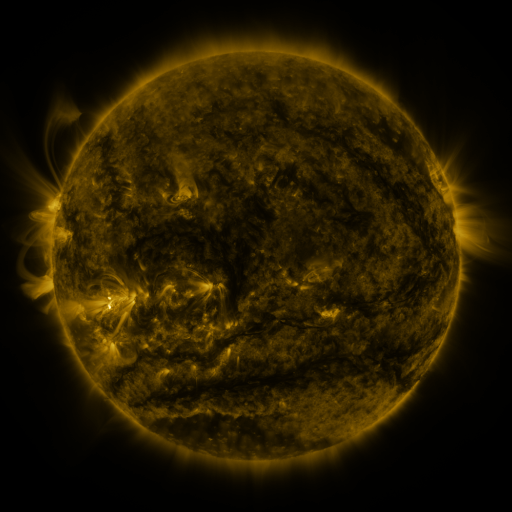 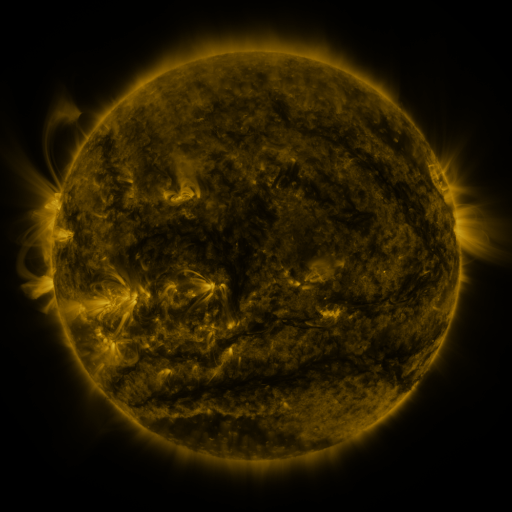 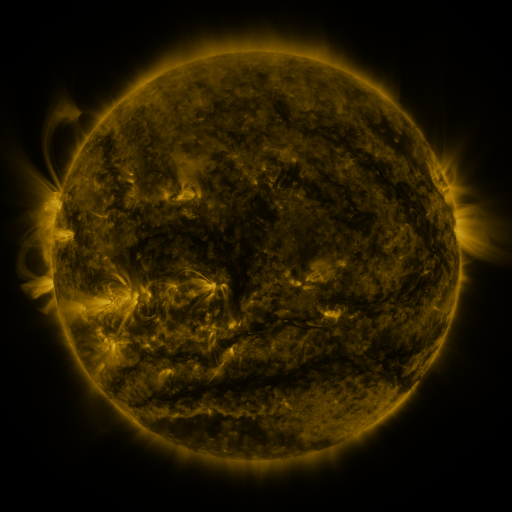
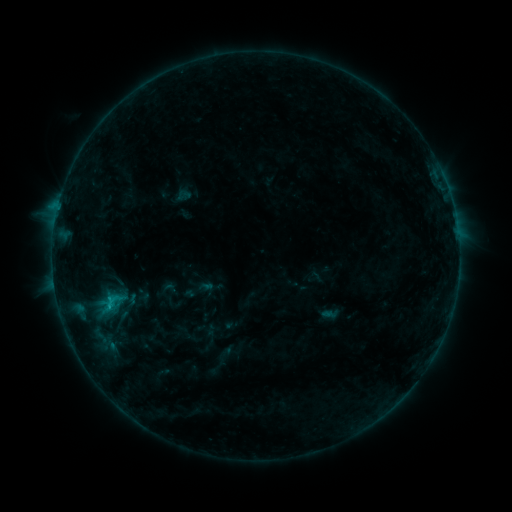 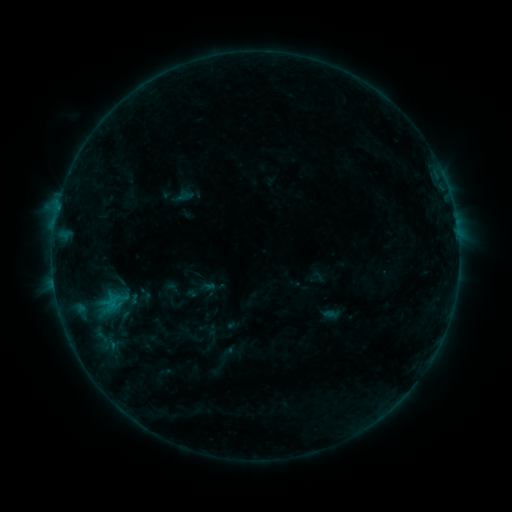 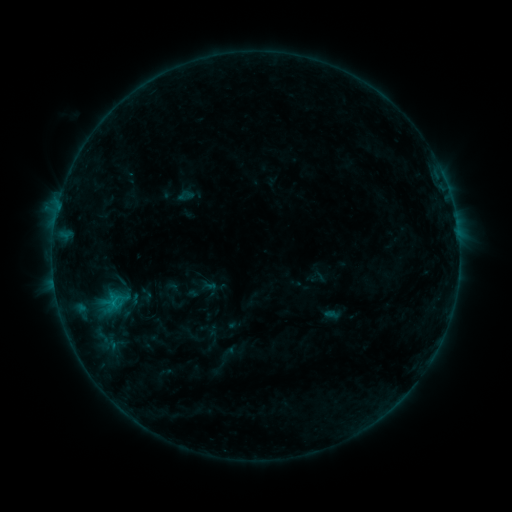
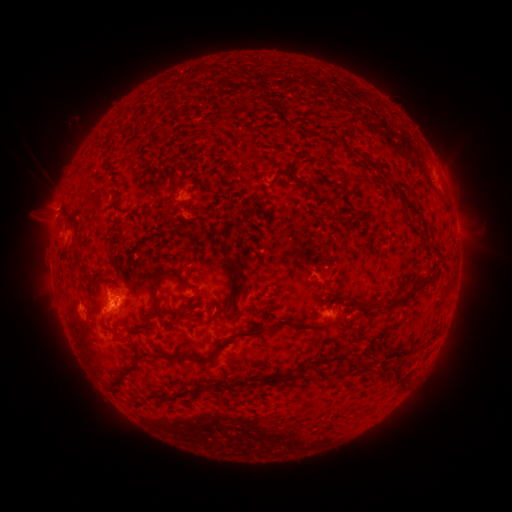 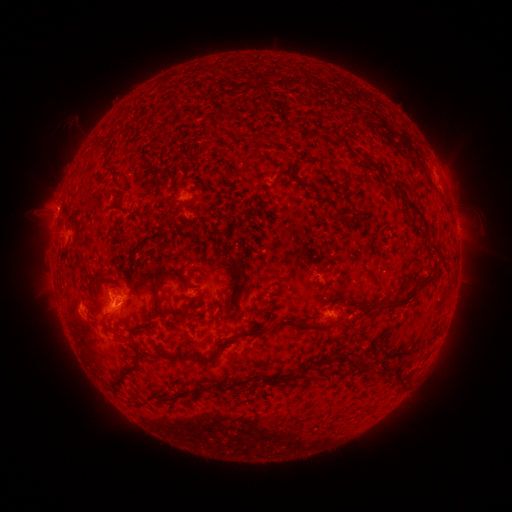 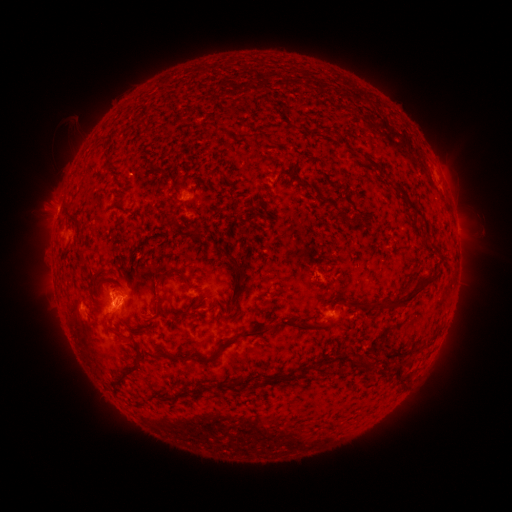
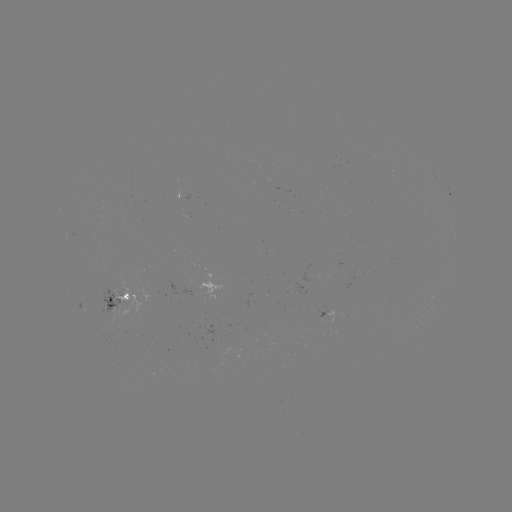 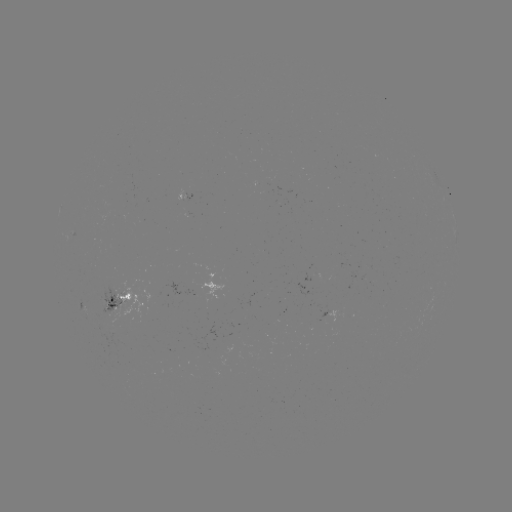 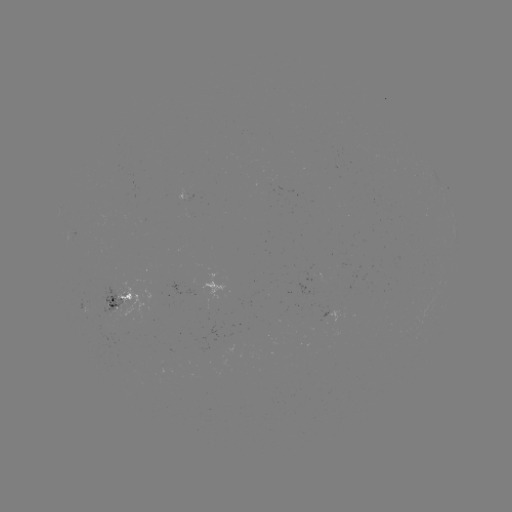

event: emerging-flux region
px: (111, 307)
